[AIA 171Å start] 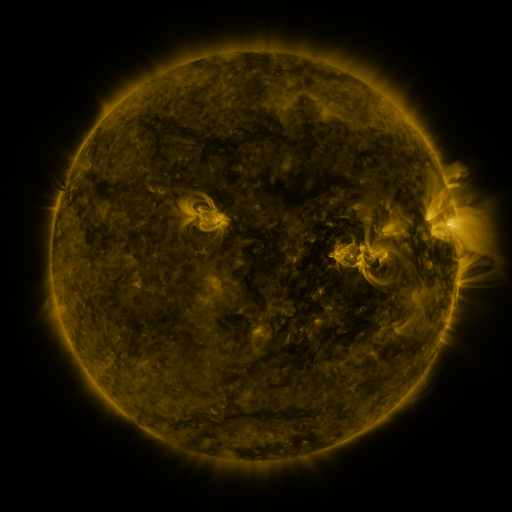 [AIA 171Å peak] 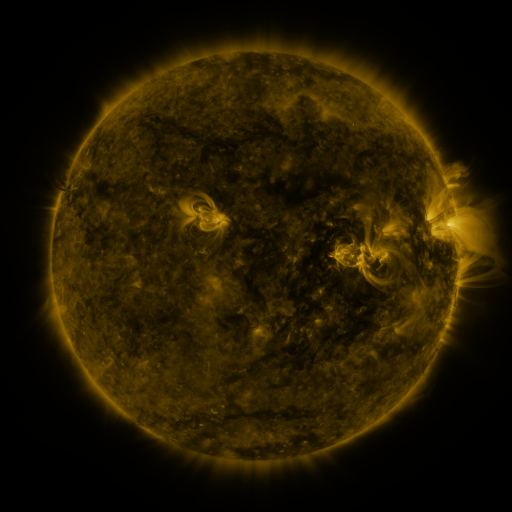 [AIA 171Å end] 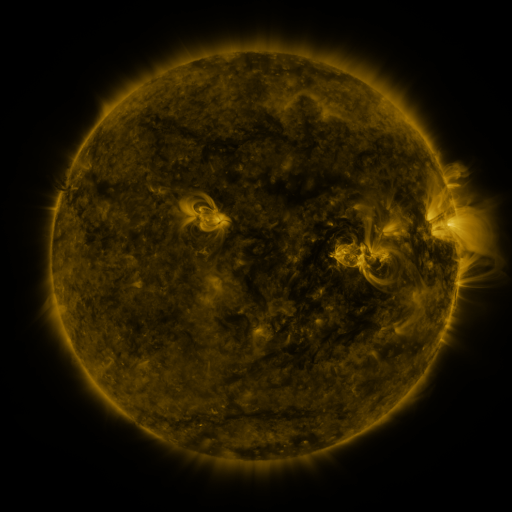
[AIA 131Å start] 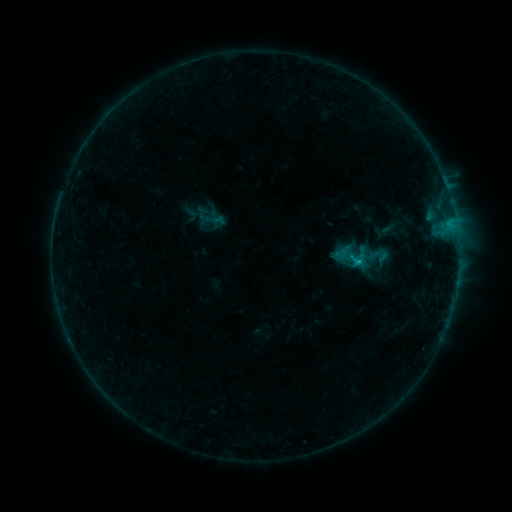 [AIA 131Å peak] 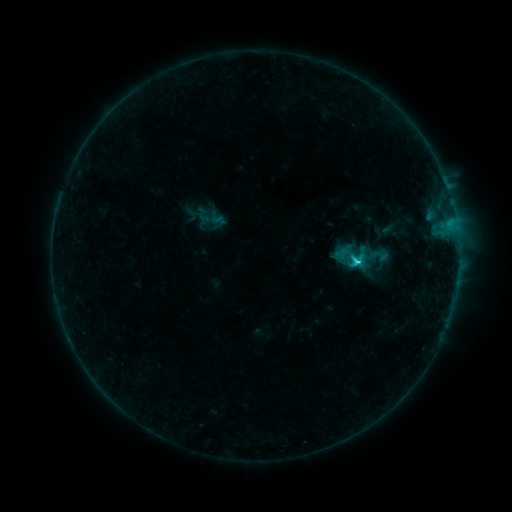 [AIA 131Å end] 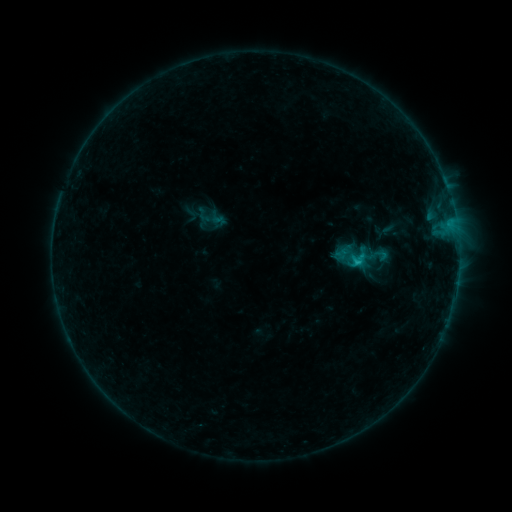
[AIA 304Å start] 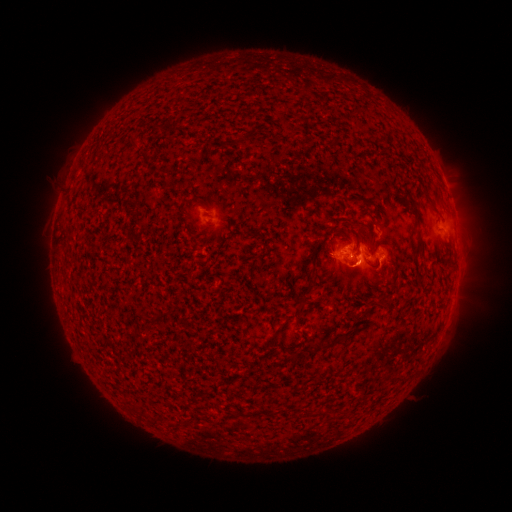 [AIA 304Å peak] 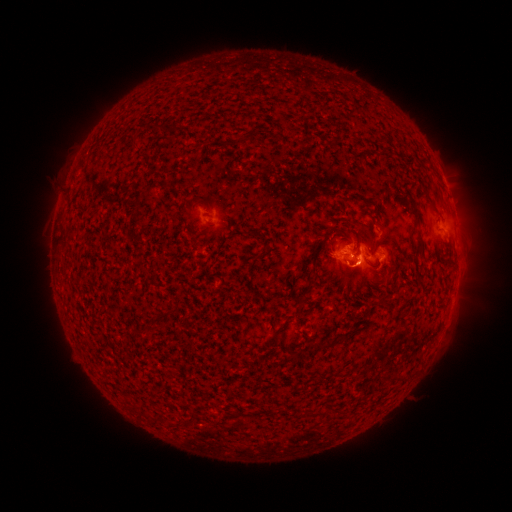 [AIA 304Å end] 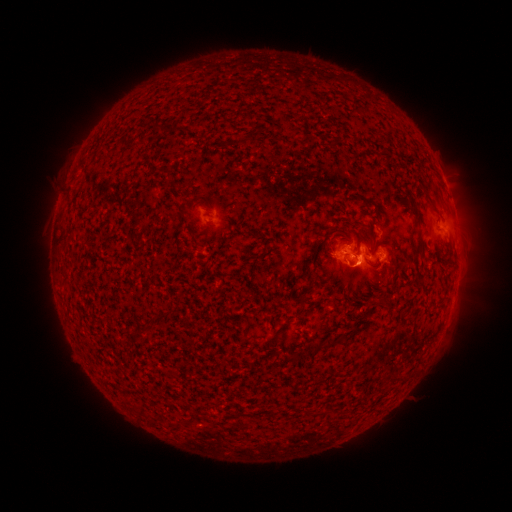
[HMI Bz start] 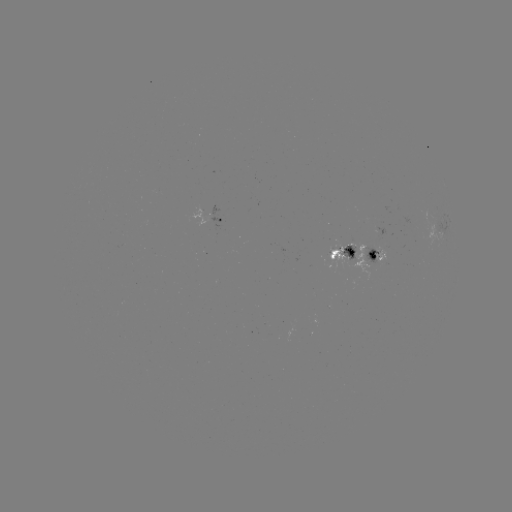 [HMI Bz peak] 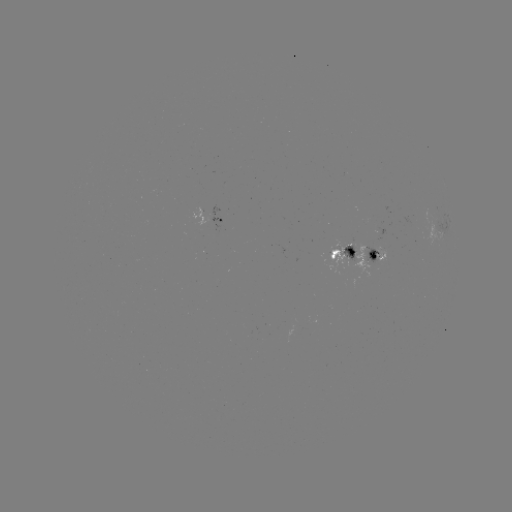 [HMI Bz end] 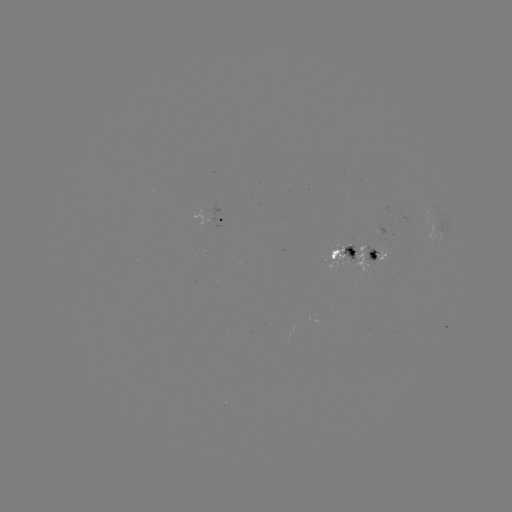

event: flare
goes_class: C1.6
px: (354, 263)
